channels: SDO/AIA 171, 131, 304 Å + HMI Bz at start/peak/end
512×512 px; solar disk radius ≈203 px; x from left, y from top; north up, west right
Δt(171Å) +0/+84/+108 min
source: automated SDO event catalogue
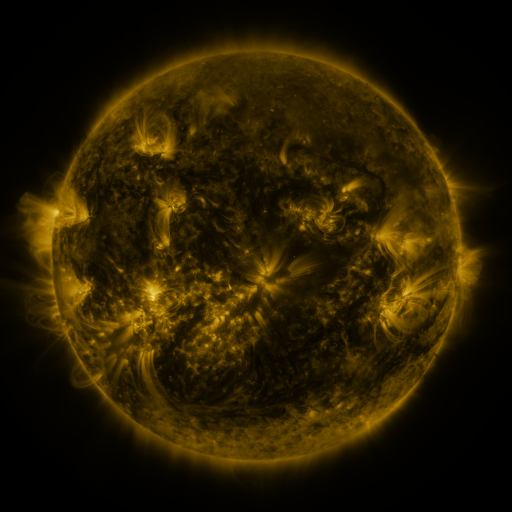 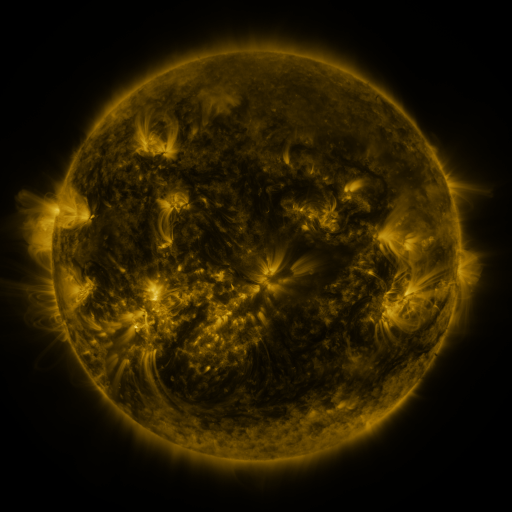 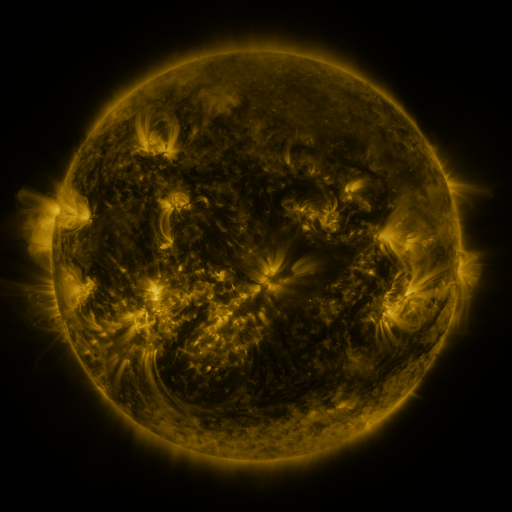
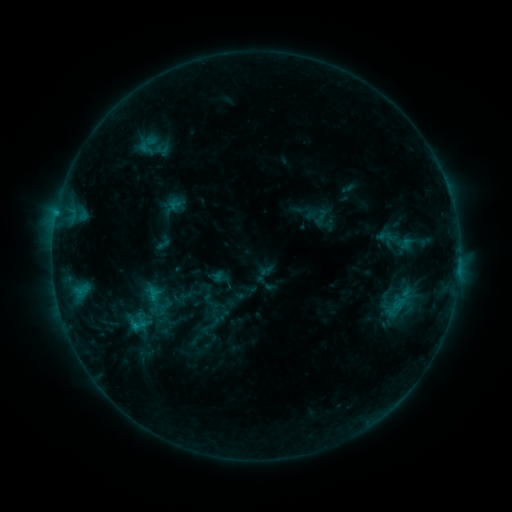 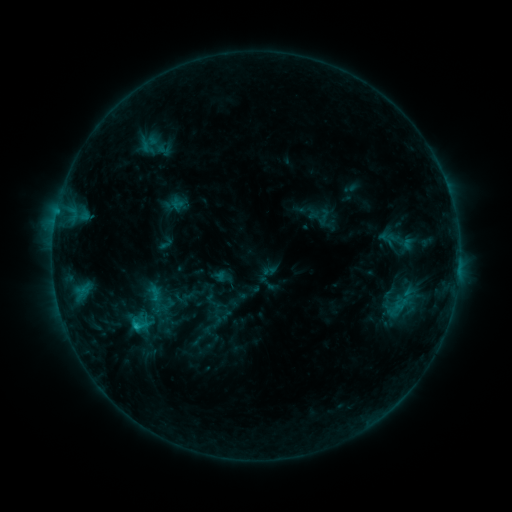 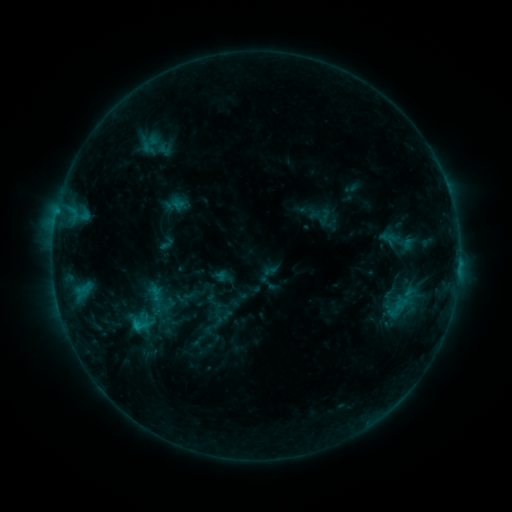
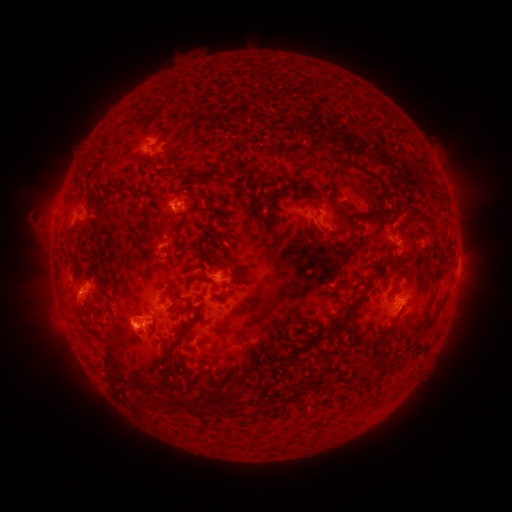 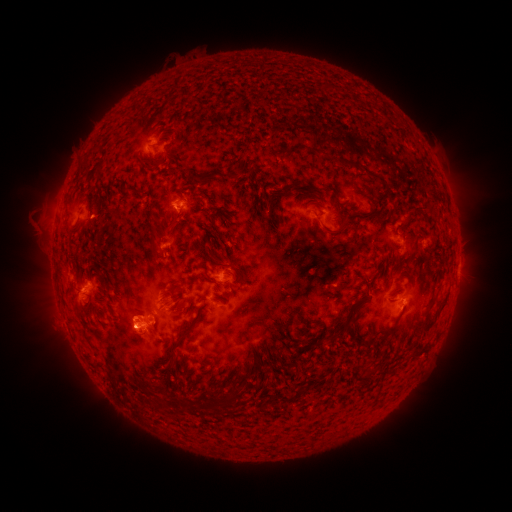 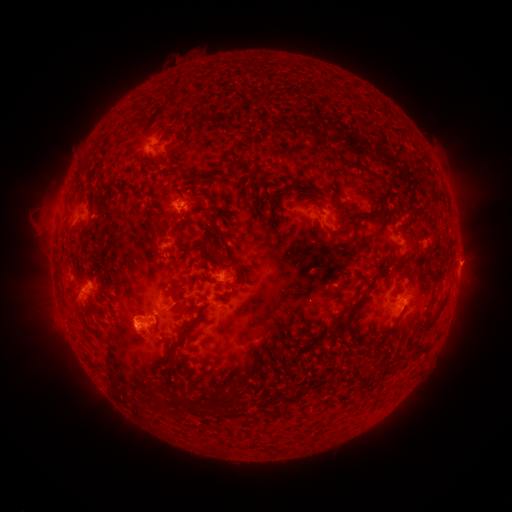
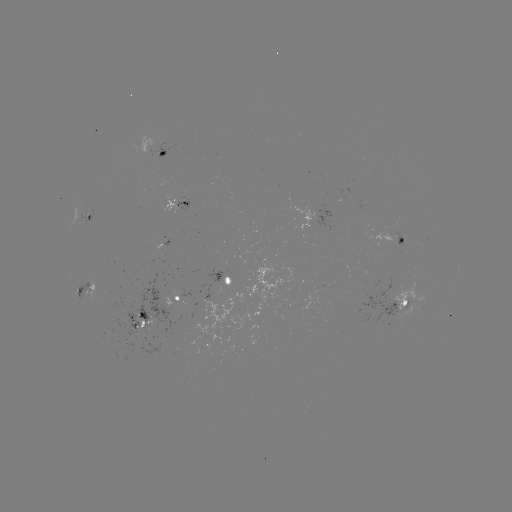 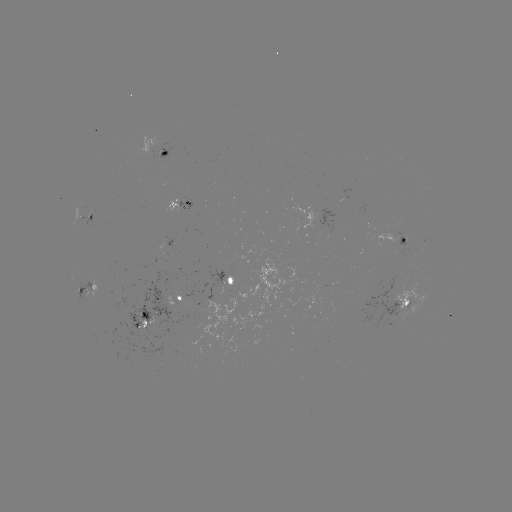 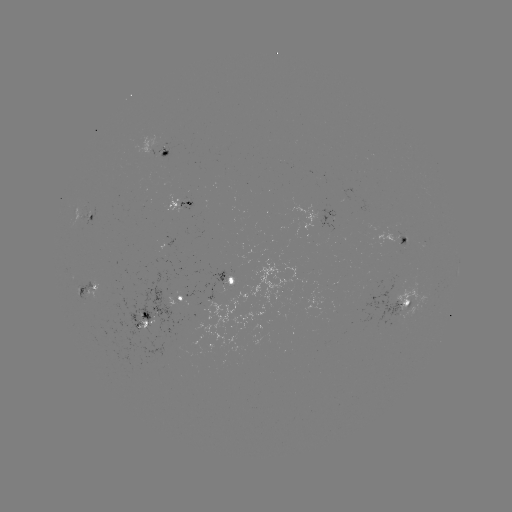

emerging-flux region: <bbox>84, 273, 195, 364</bbox>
